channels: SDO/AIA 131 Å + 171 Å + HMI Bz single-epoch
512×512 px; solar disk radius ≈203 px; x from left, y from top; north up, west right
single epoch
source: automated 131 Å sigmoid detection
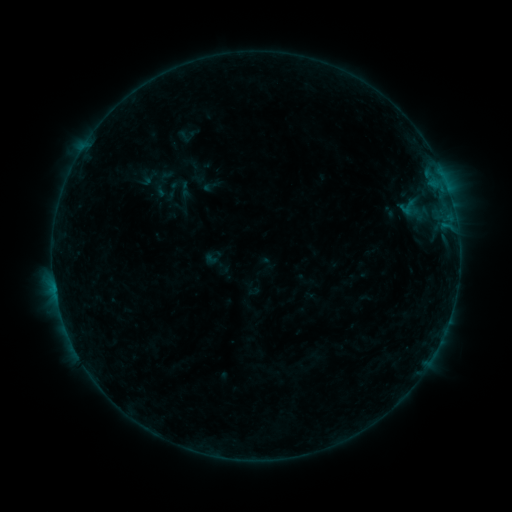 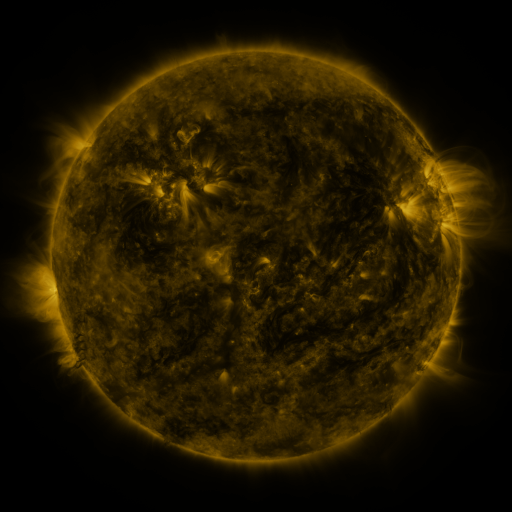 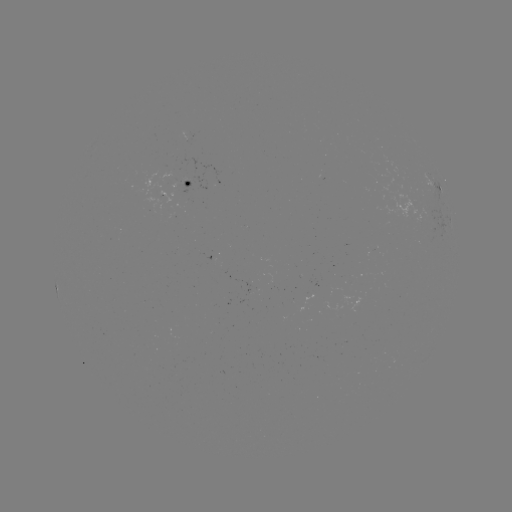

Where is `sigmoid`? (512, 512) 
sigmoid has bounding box [394, 195, 420, 221].